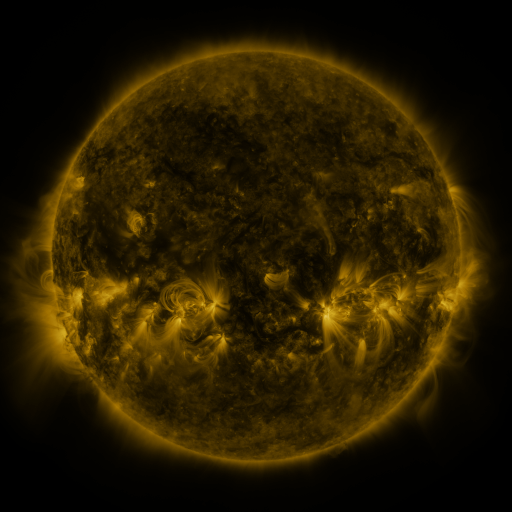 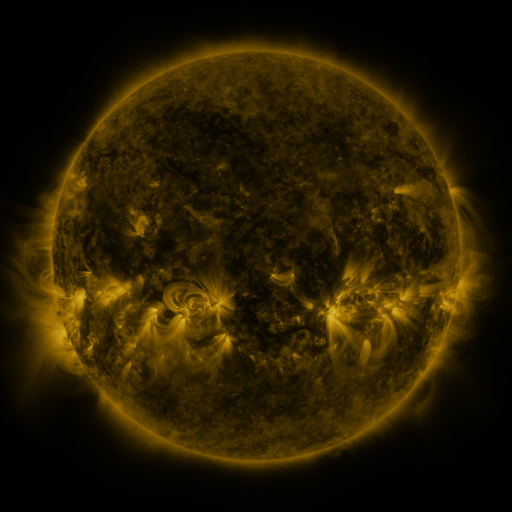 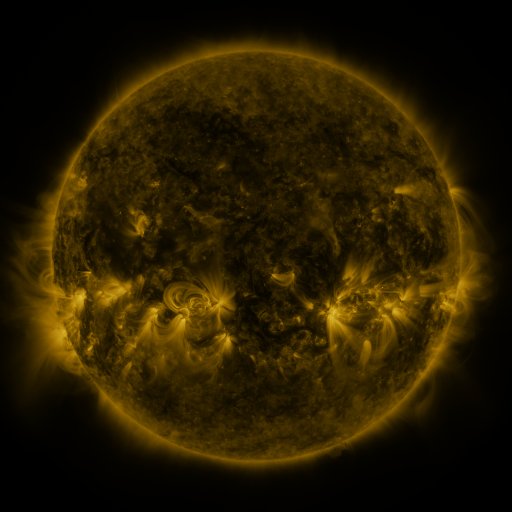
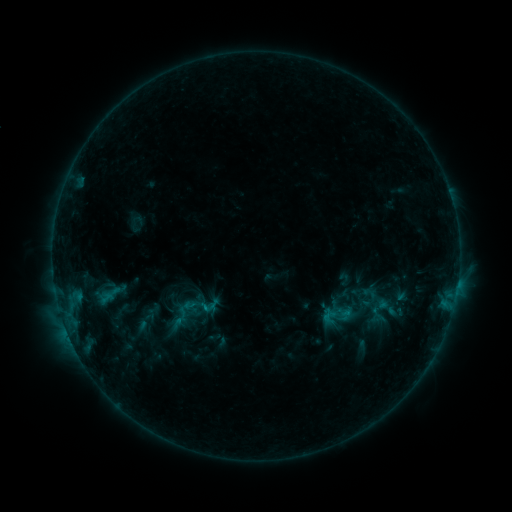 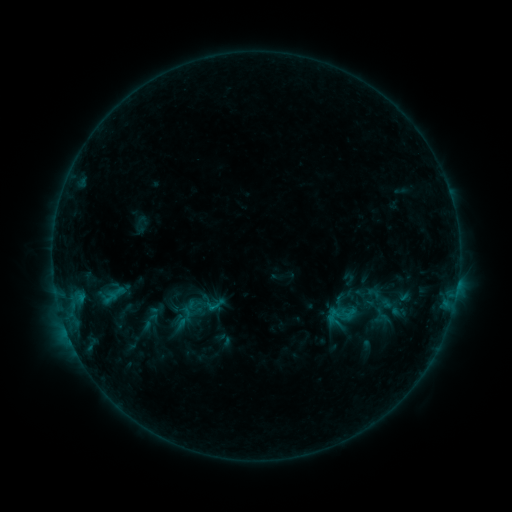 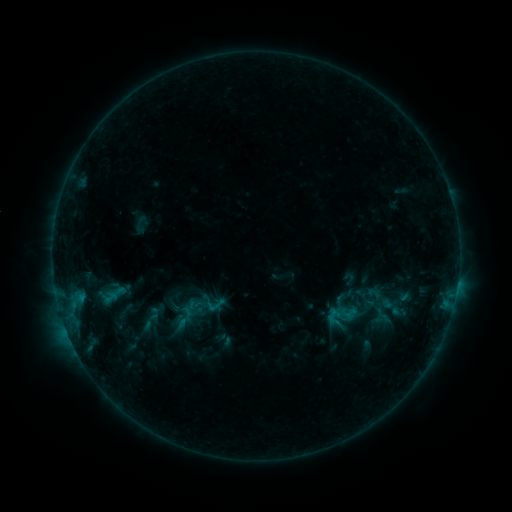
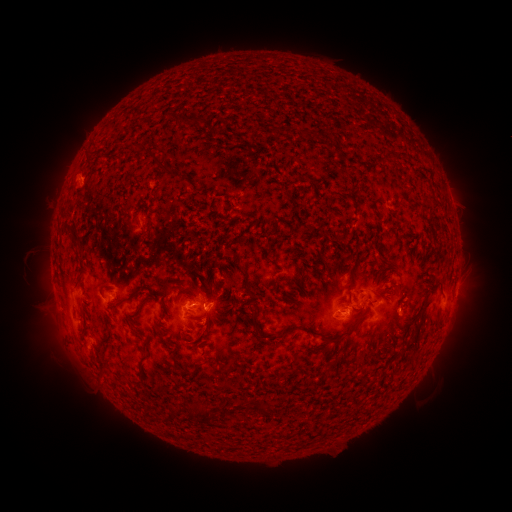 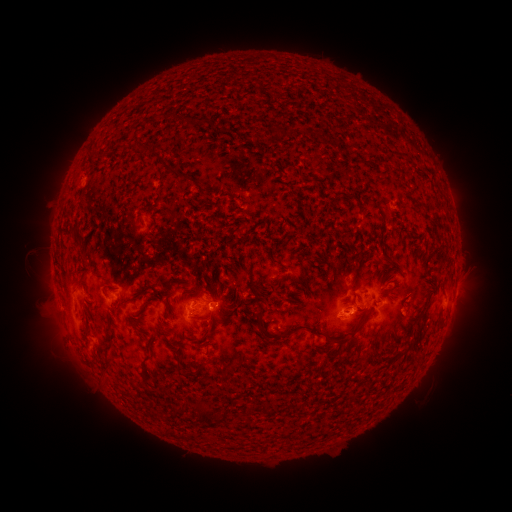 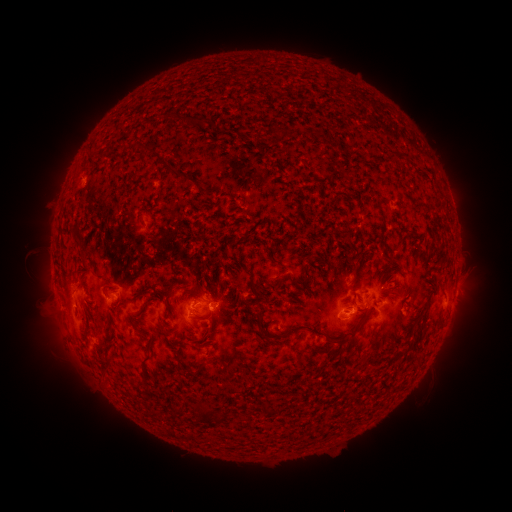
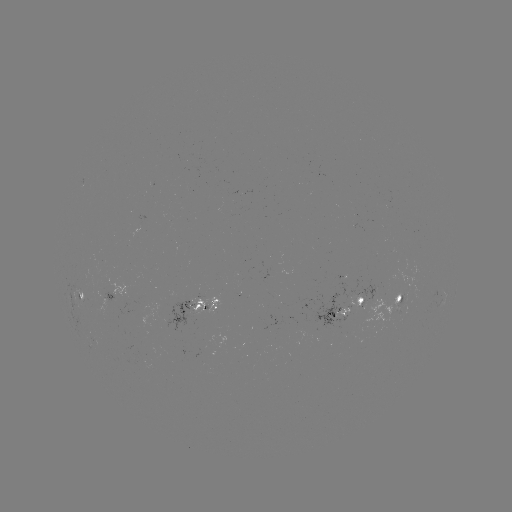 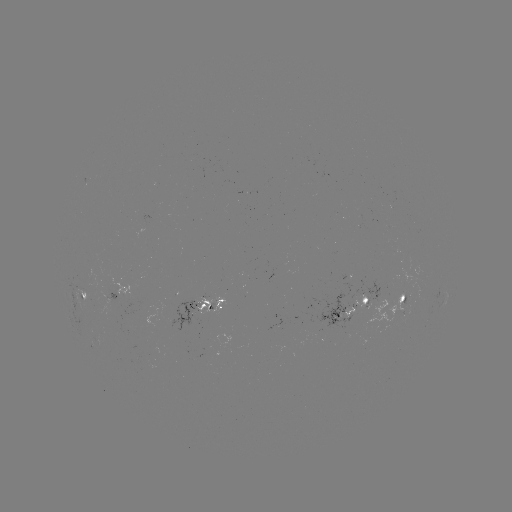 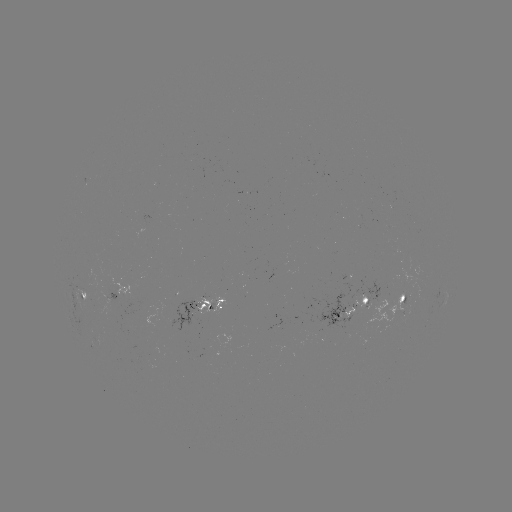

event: emerging-flux region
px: (362, 298)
